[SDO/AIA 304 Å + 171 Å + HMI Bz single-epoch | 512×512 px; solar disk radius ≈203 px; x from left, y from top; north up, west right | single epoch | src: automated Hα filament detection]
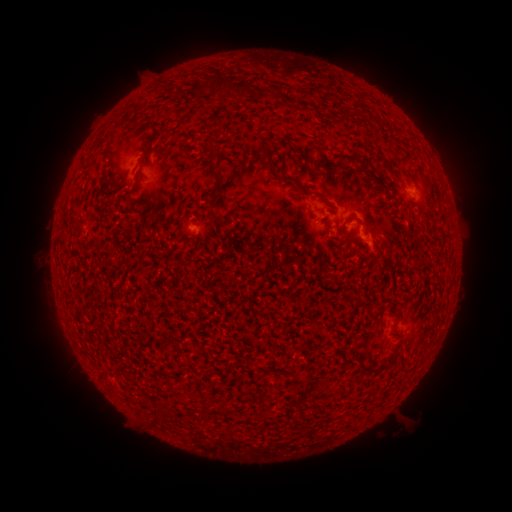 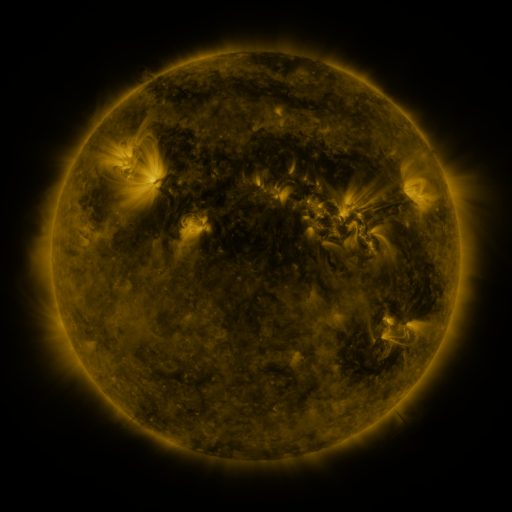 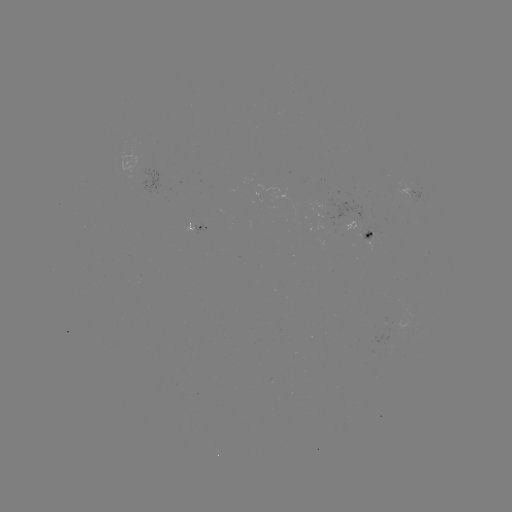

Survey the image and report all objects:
filament: (208, 67, 235, 98)
filament: (189, 82, 210, 98)
filament: (237, 89, 247, 99)
filament: (258, 140, 274, 170)
filament: (204, 141, 226, 193)
filament: (216, 155, 228, 163)
filament: (359, 160, 368, 170)
filament: (280, 173, 301, 187)
filament: (313, 191, 327, 201)
filament: (211, 212, 225, 225)
filament: (149, 414, 158, 424)
